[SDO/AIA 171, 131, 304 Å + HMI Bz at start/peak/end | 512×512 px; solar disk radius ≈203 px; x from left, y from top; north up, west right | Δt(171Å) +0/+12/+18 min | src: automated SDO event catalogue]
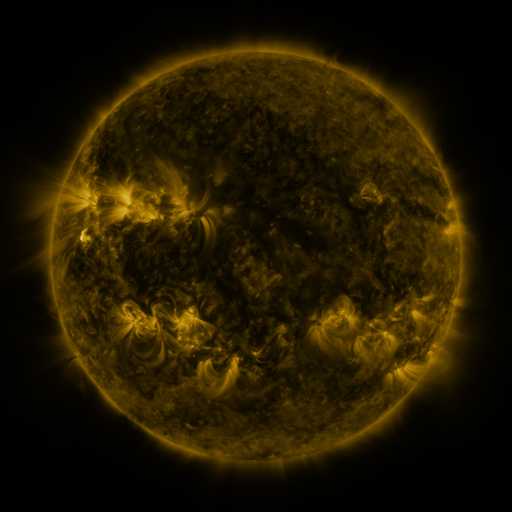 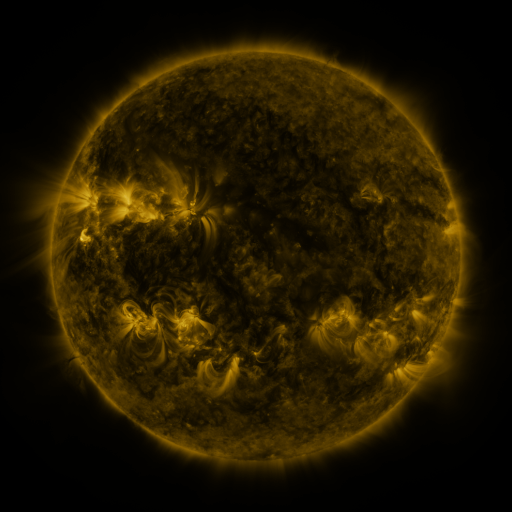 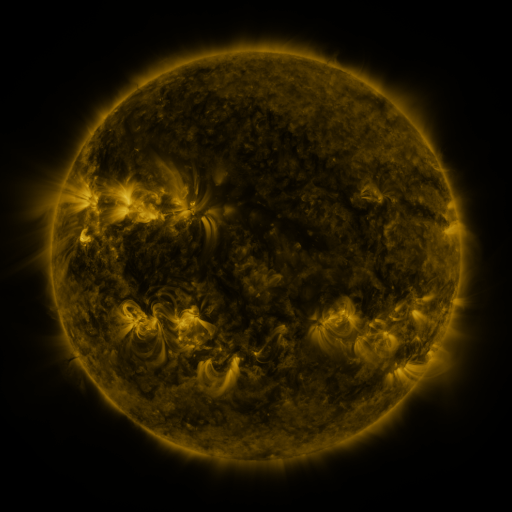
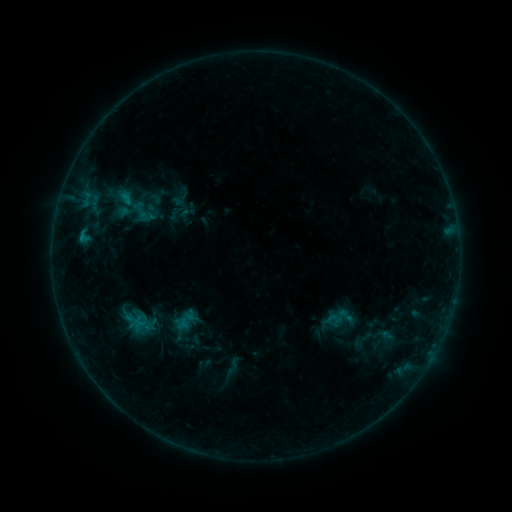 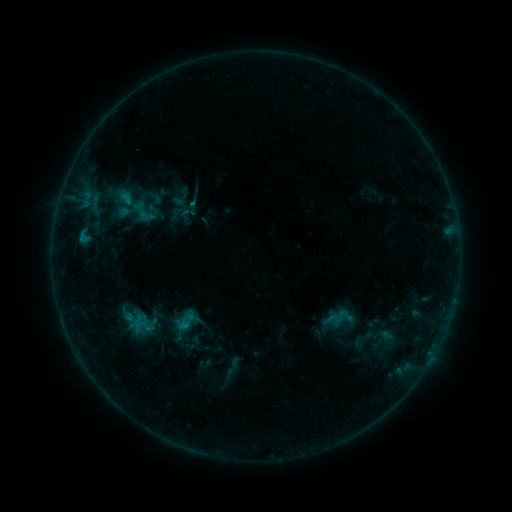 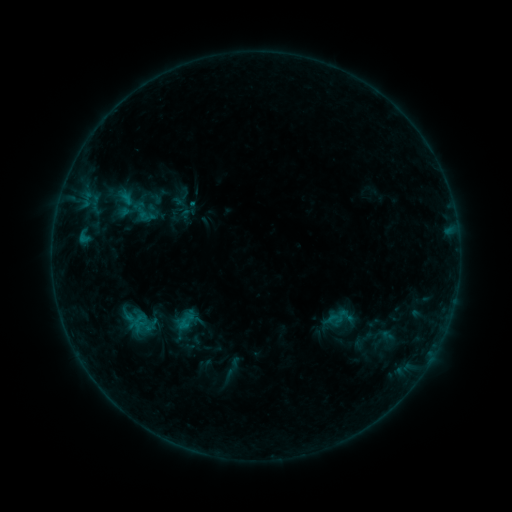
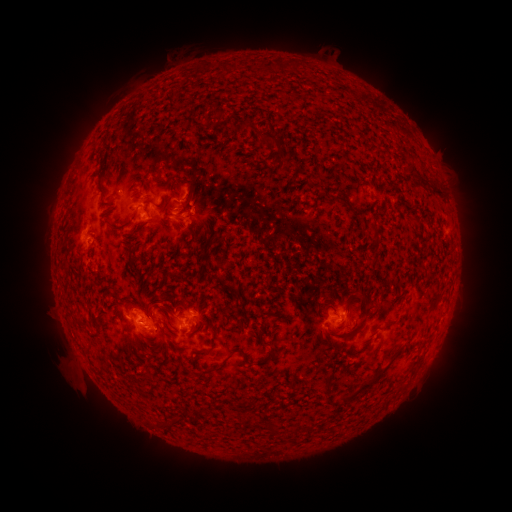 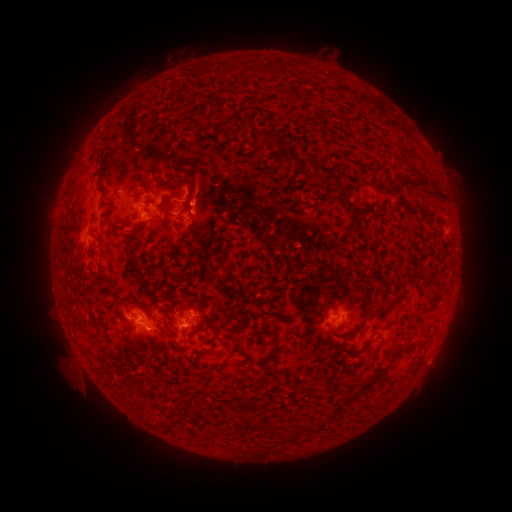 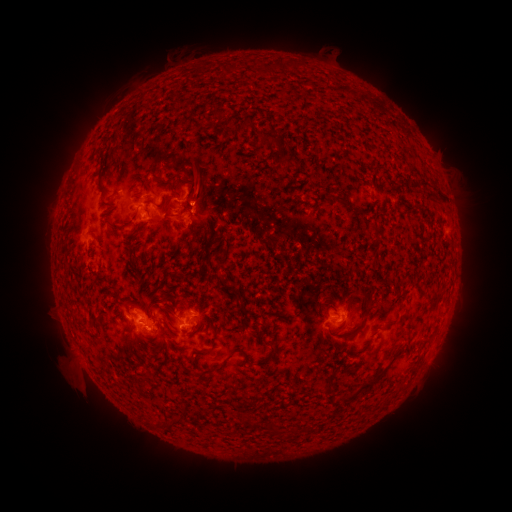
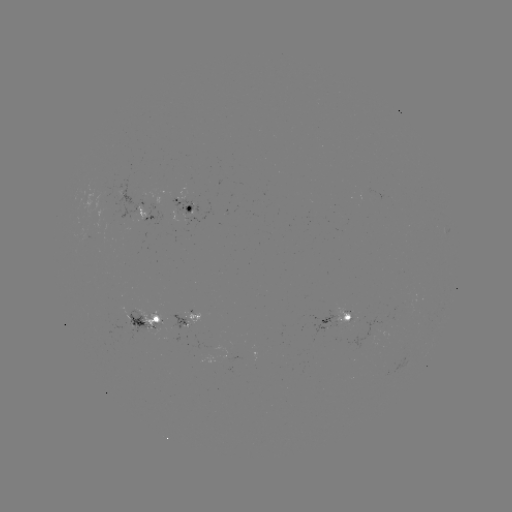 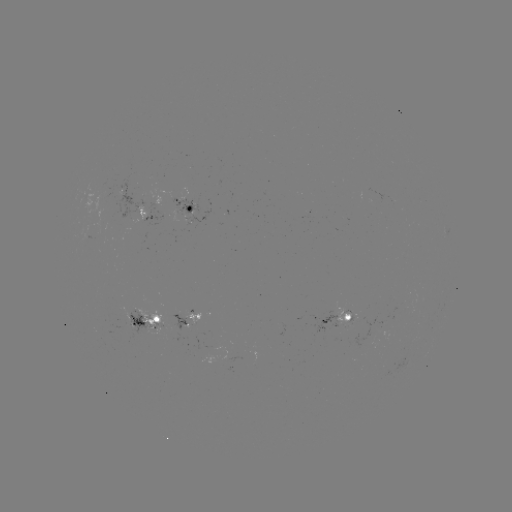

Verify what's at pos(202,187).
eruption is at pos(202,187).